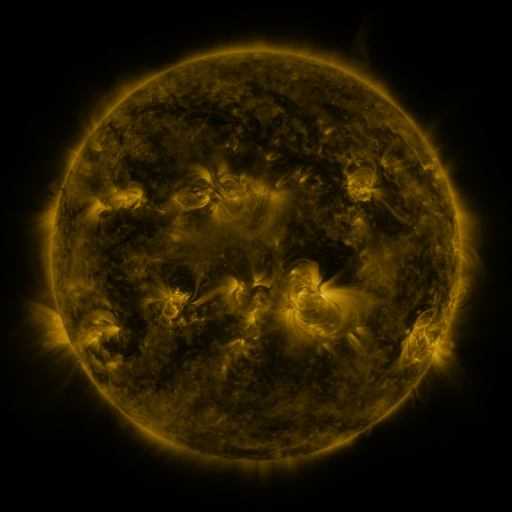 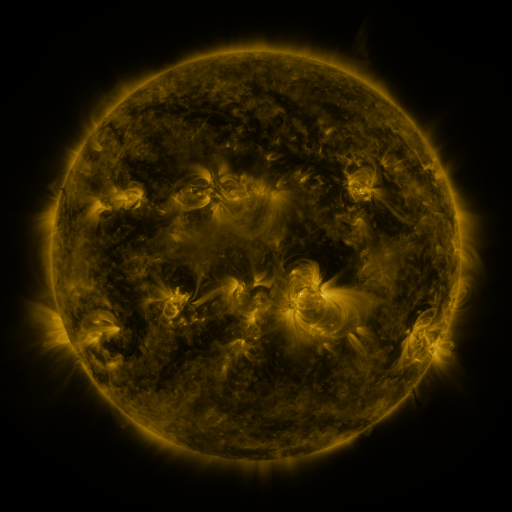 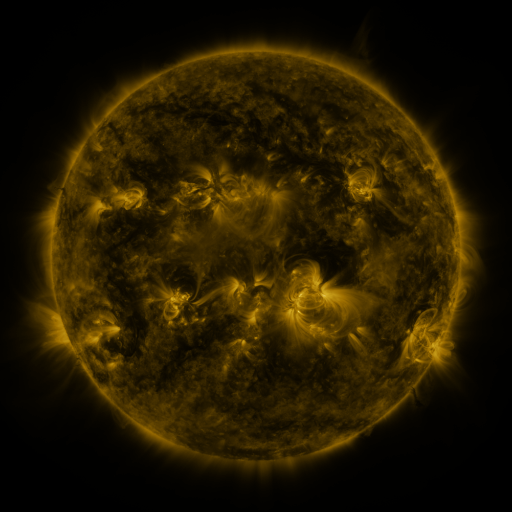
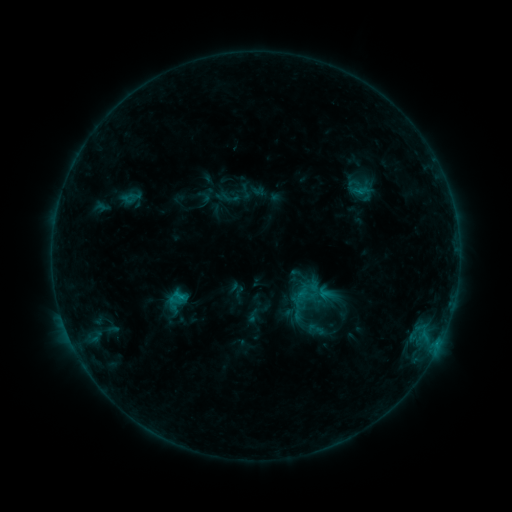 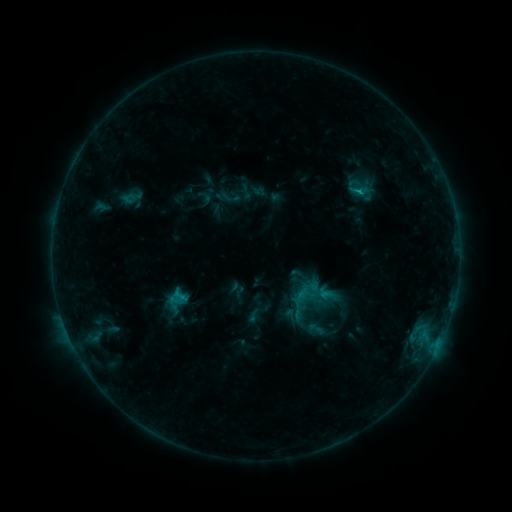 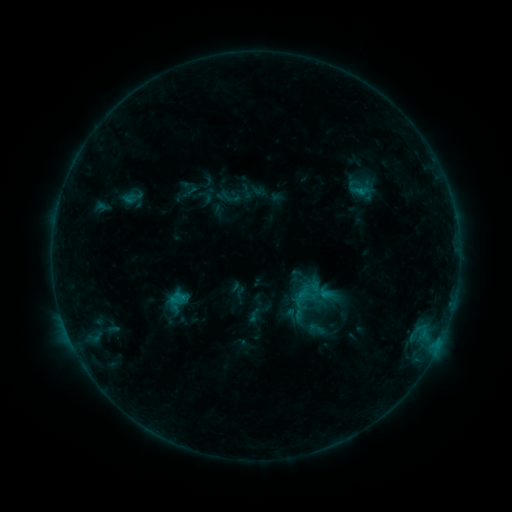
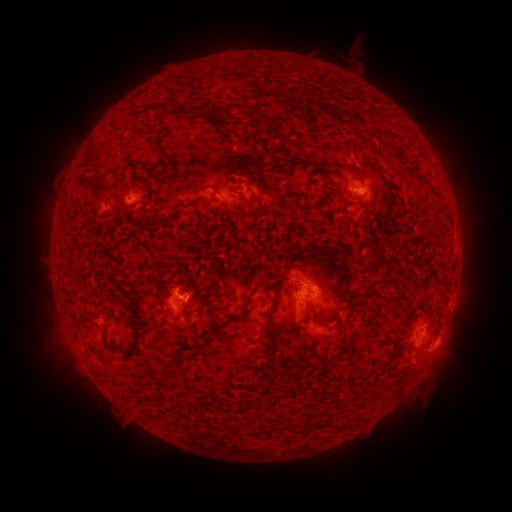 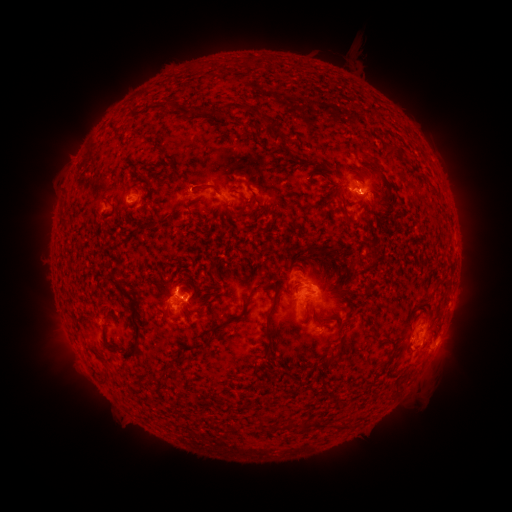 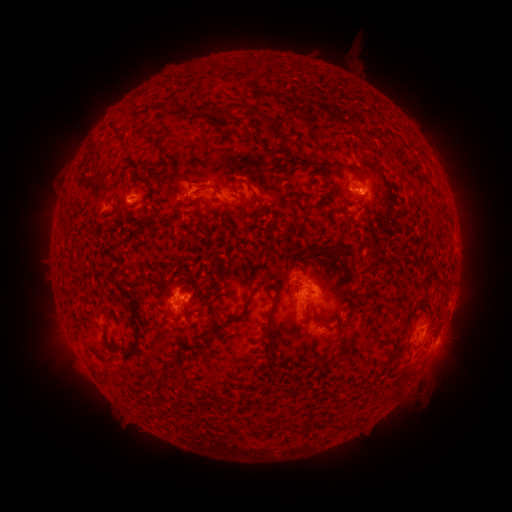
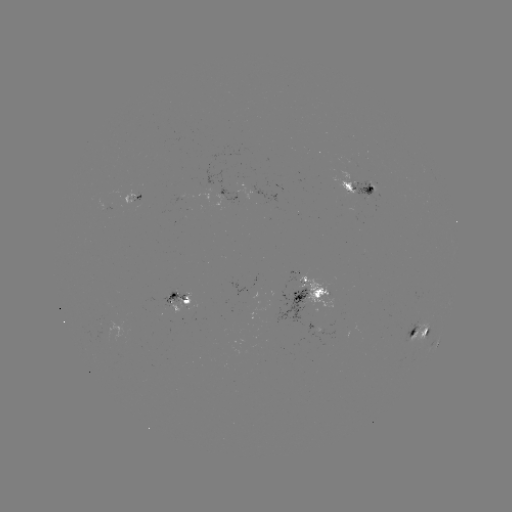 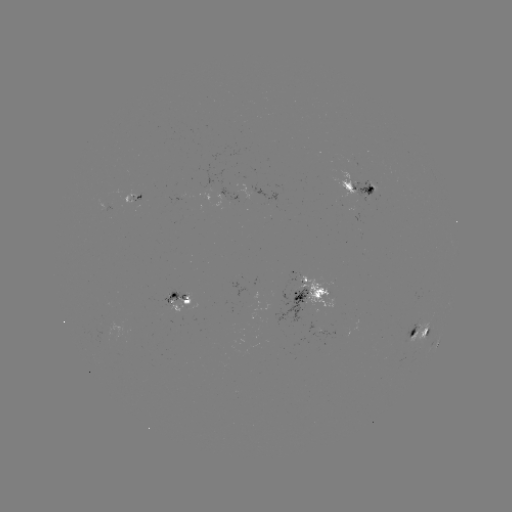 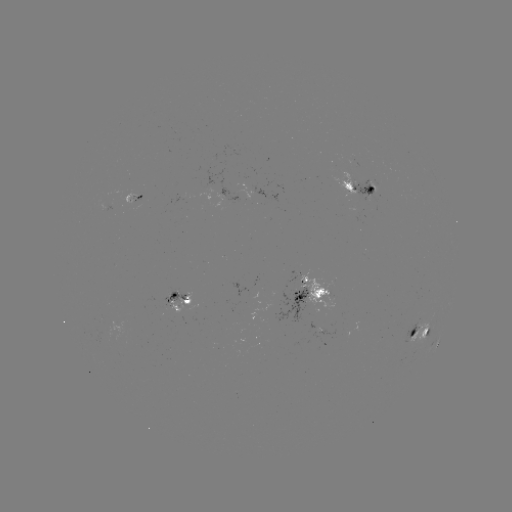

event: flare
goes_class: C1.3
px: (357, 192)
